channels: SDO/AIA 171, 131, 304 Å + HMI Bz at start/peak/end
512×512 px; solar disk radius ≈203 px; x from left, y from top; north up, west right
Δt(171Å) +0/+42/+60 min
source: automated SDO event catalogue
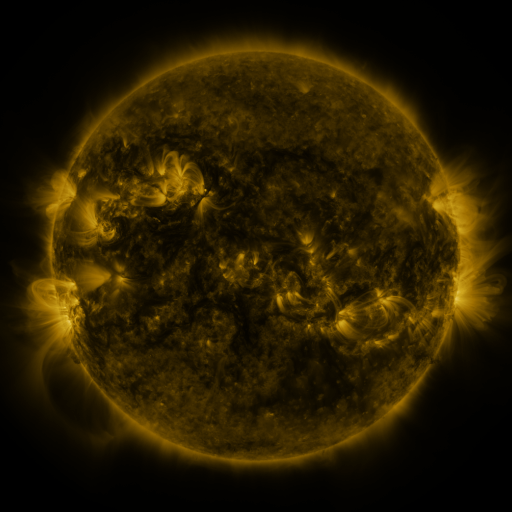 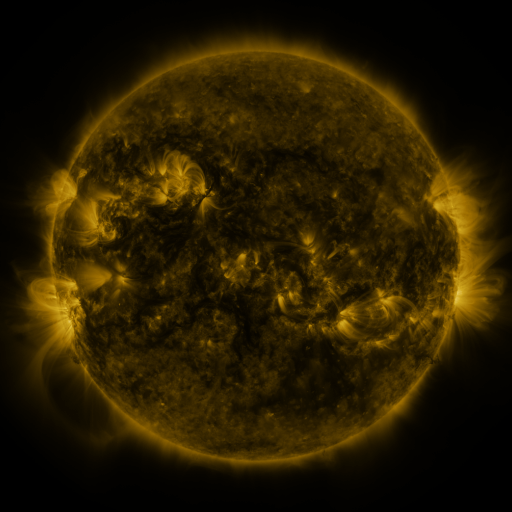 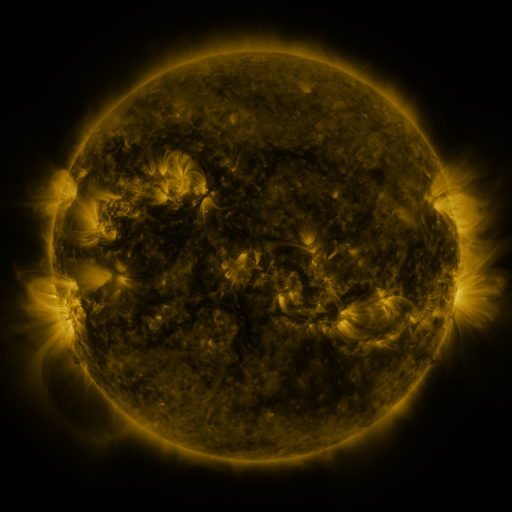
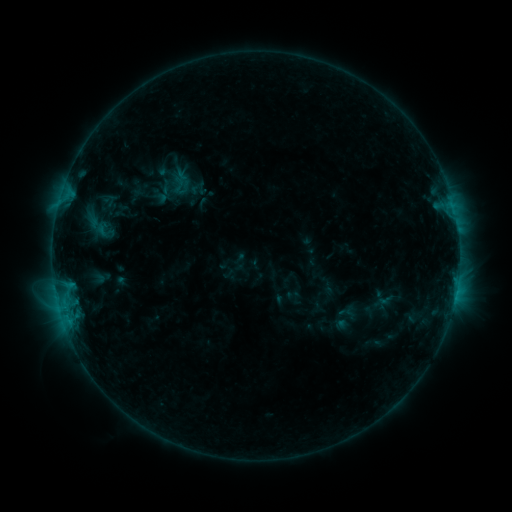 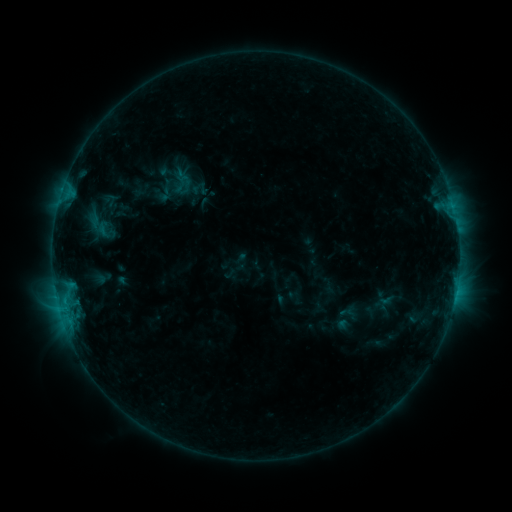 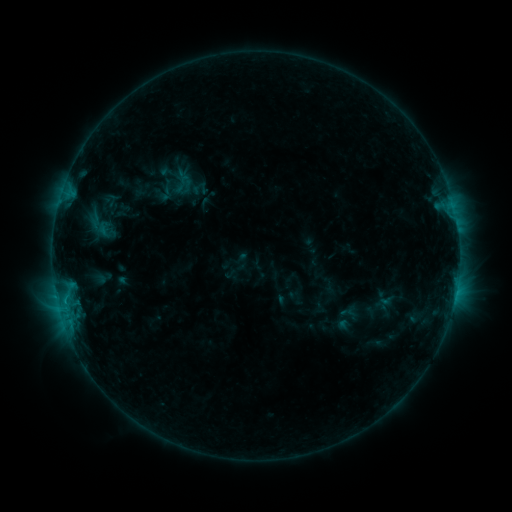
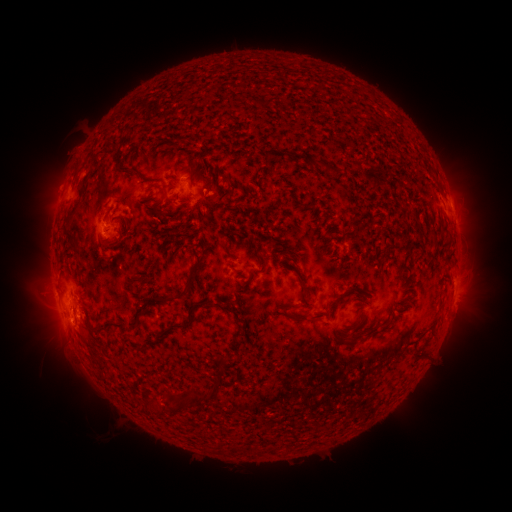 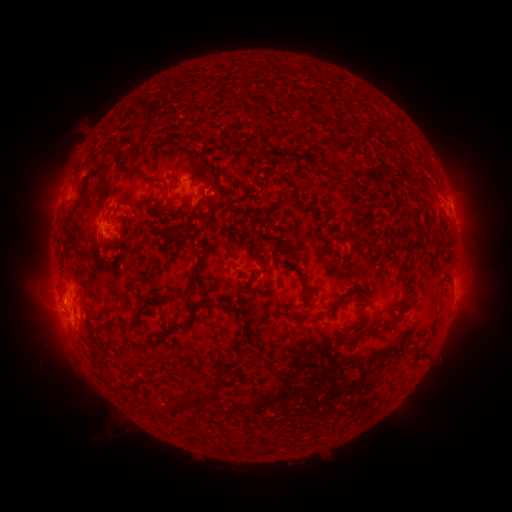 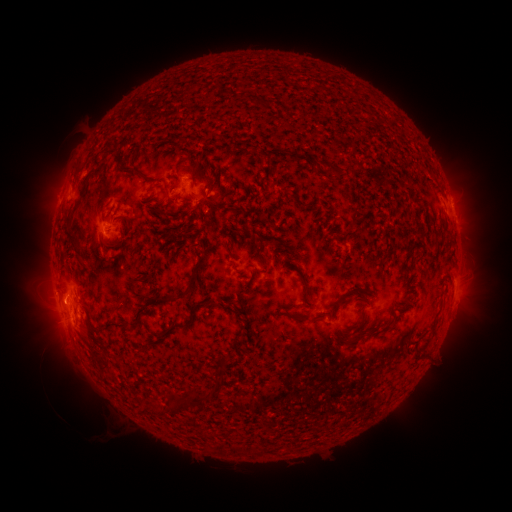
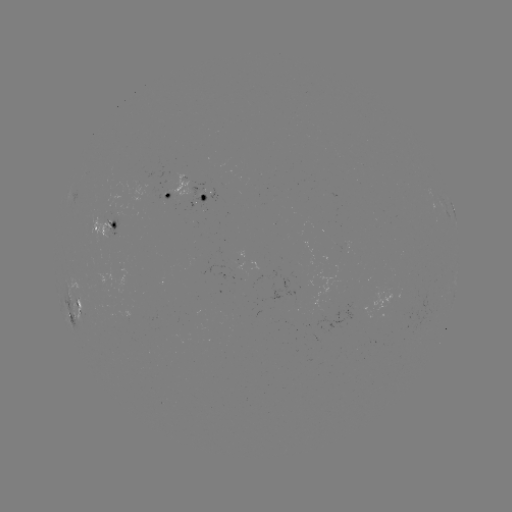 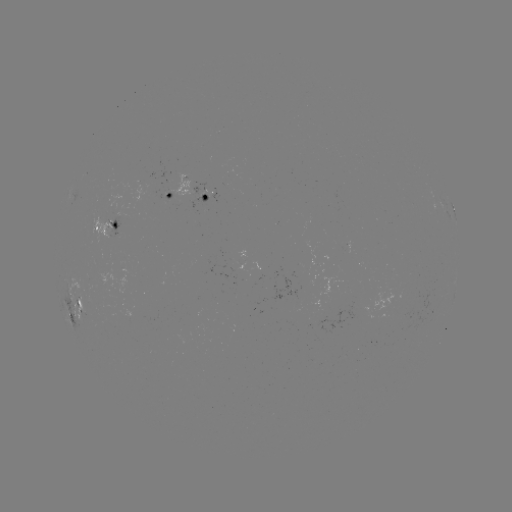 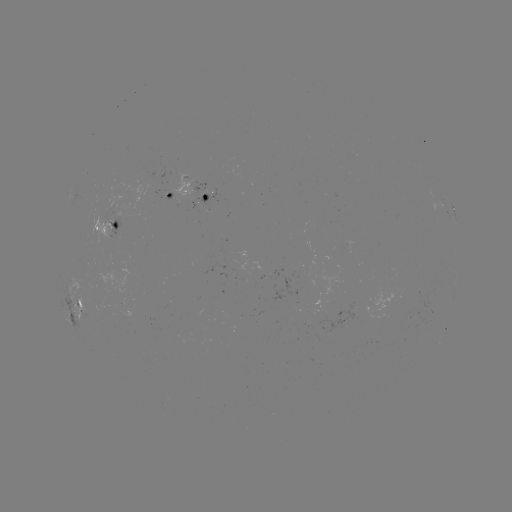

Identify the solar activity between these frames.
B8.1 flare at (64, 307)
